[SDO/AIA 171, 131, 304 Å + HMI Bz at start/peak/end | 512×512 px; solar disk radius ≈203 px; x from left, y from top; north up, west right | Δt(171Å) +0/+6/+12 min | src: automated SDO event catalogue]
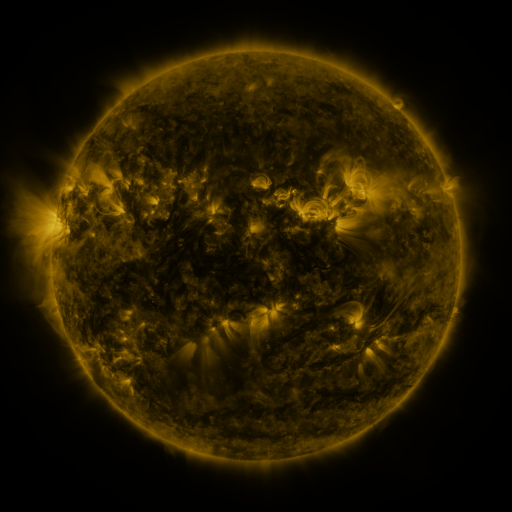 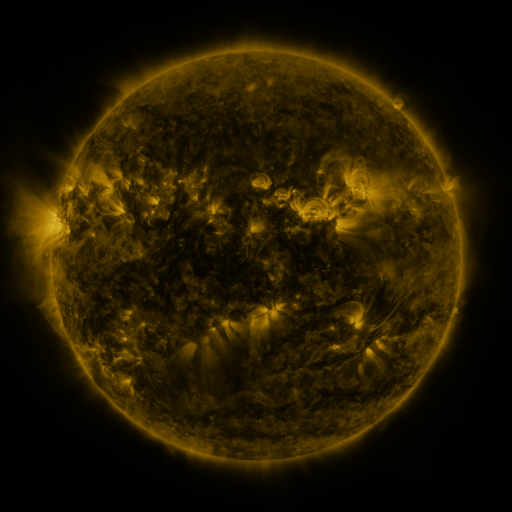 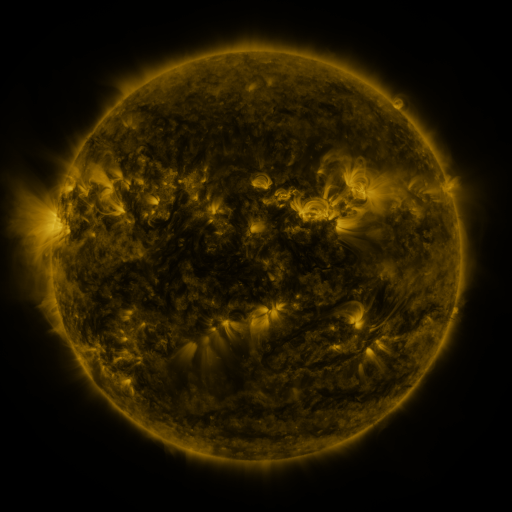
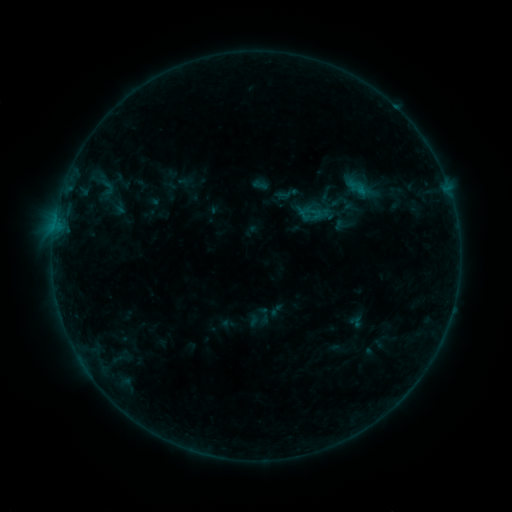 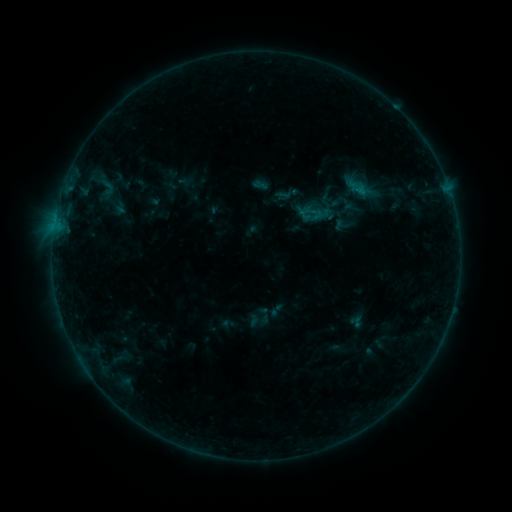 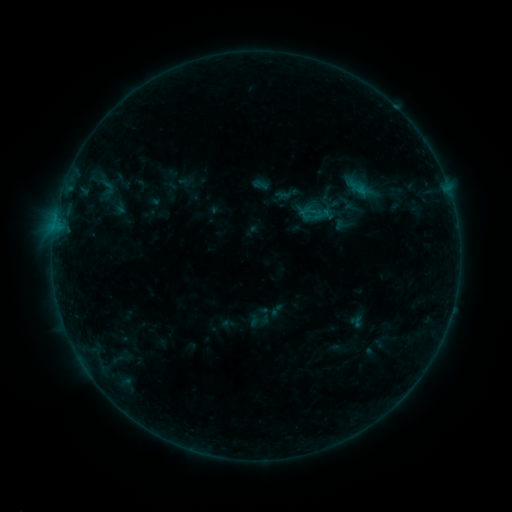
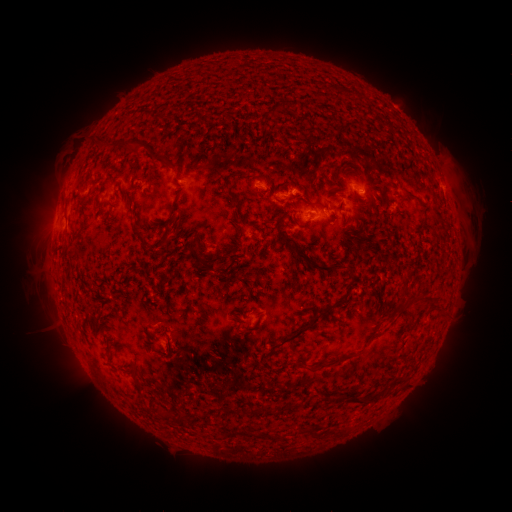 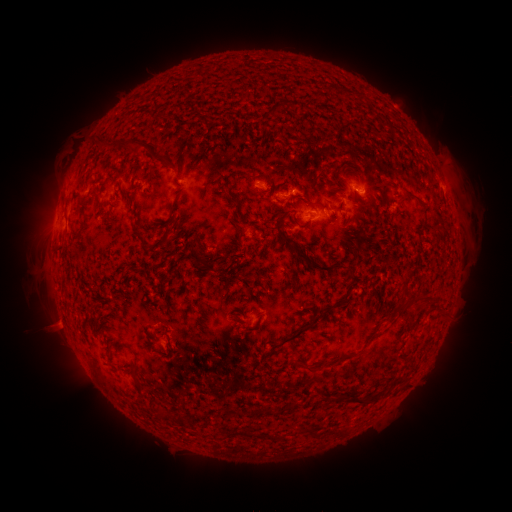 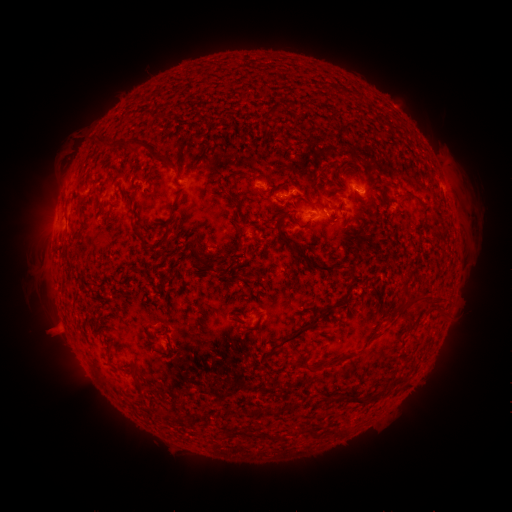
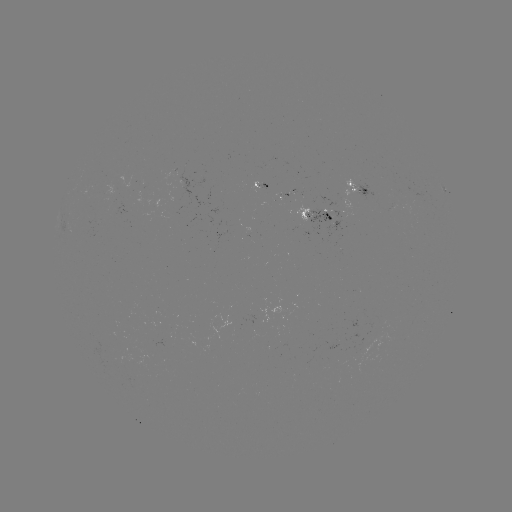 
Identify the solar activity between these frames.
eruption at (57, 329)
